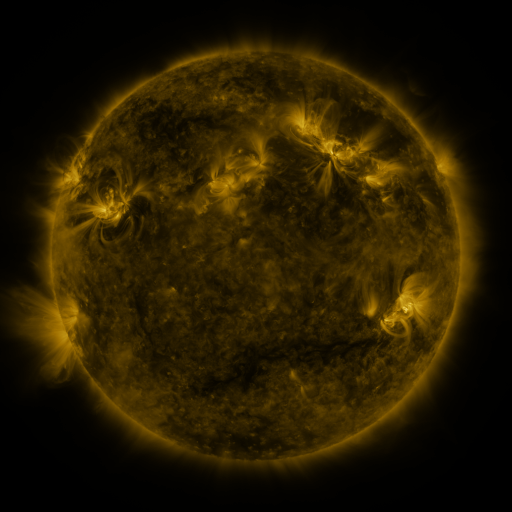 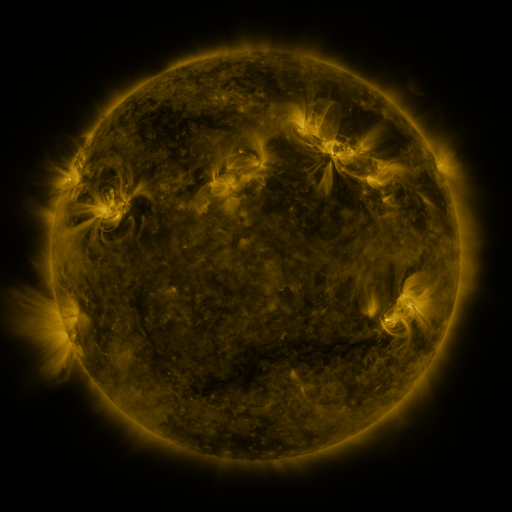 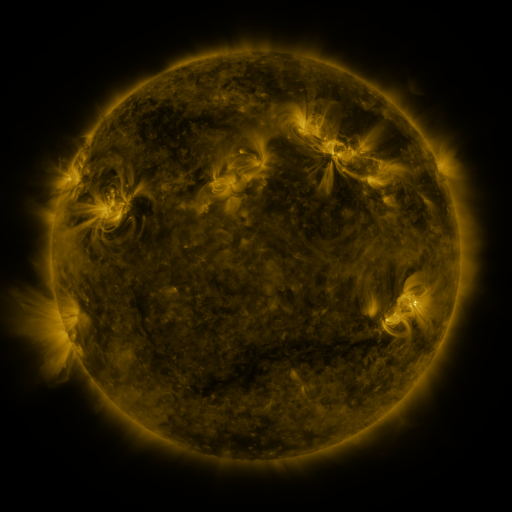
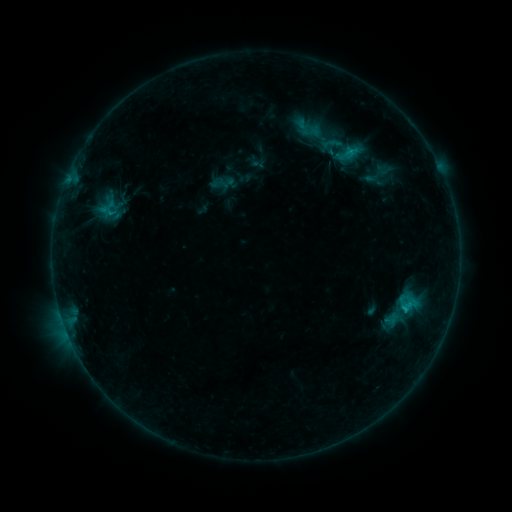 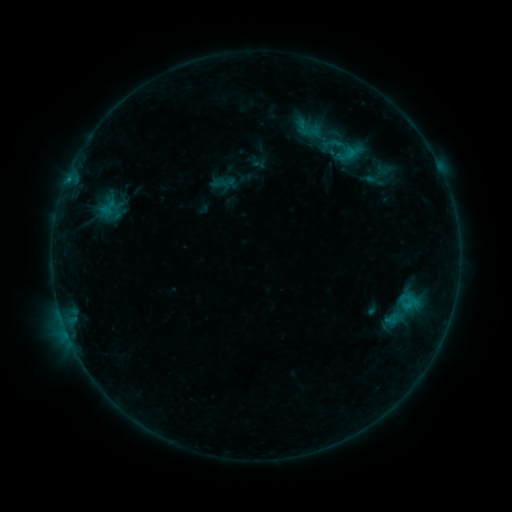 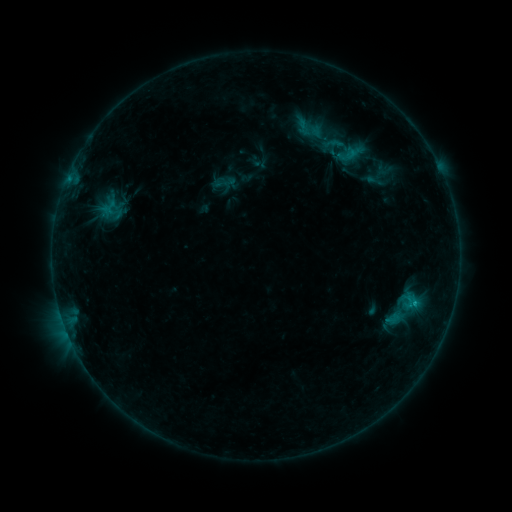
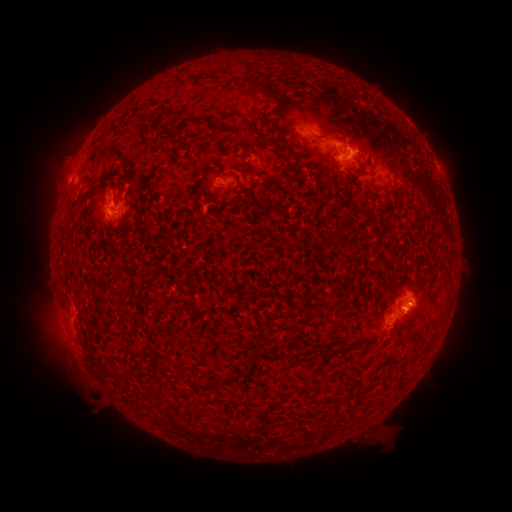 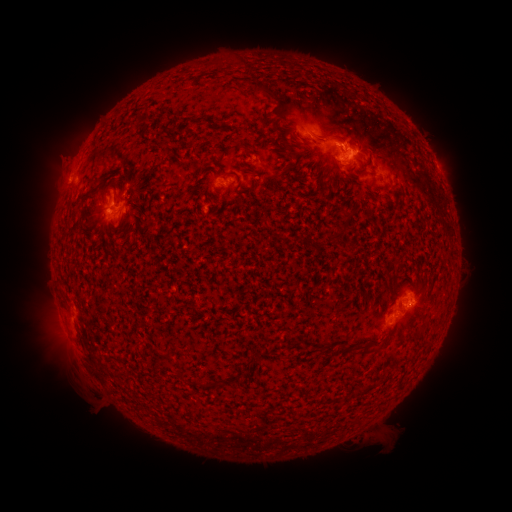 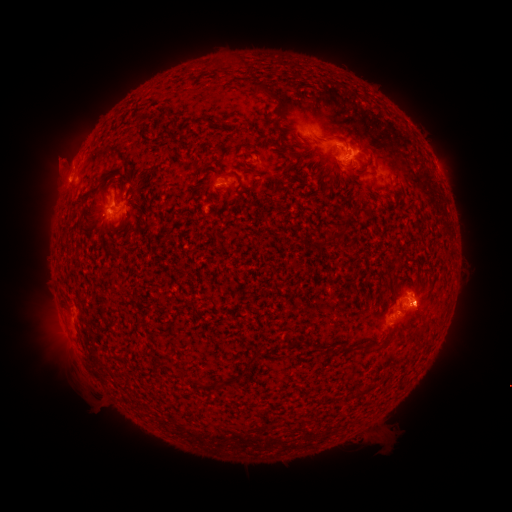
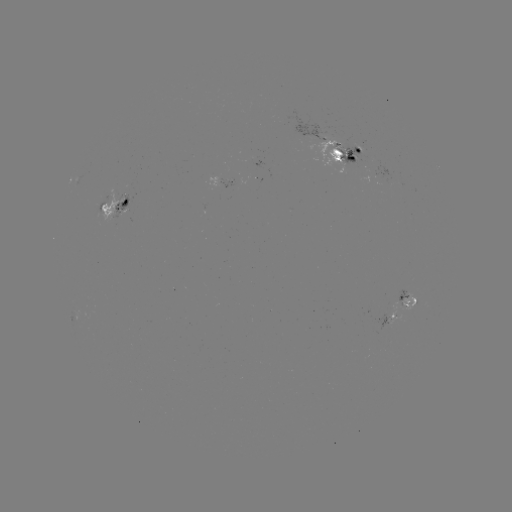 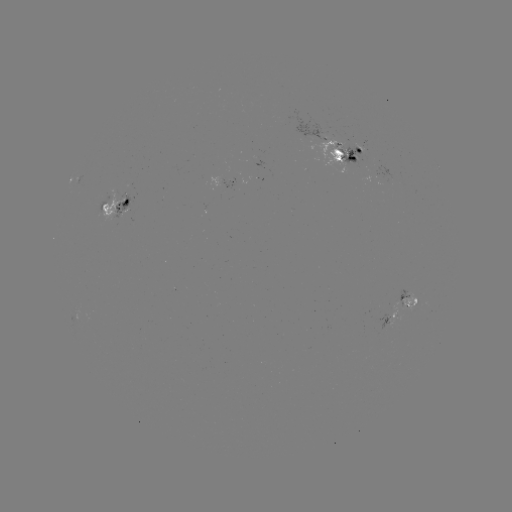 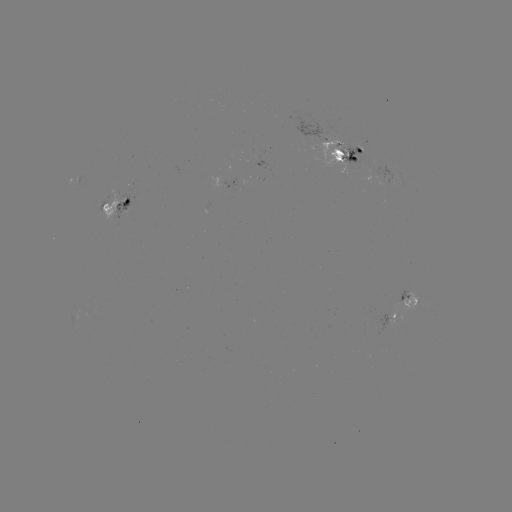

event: emerging-flux region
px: (114, 204)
